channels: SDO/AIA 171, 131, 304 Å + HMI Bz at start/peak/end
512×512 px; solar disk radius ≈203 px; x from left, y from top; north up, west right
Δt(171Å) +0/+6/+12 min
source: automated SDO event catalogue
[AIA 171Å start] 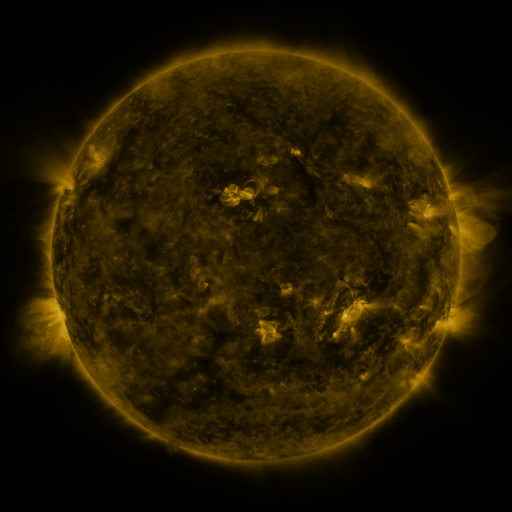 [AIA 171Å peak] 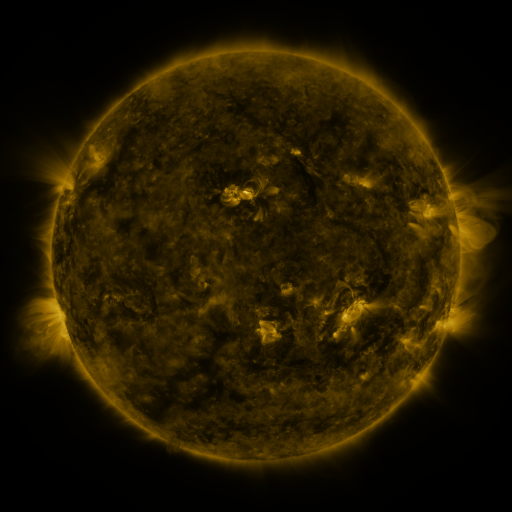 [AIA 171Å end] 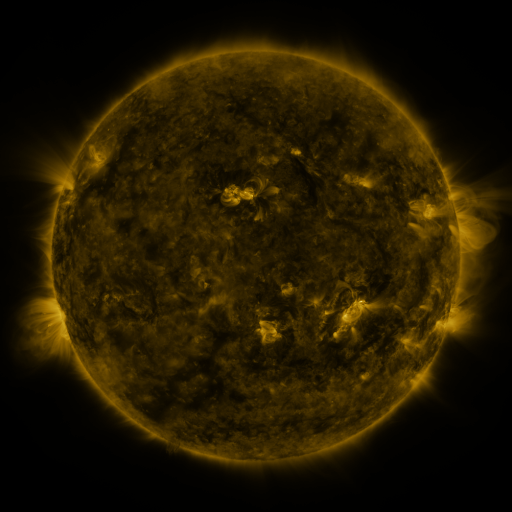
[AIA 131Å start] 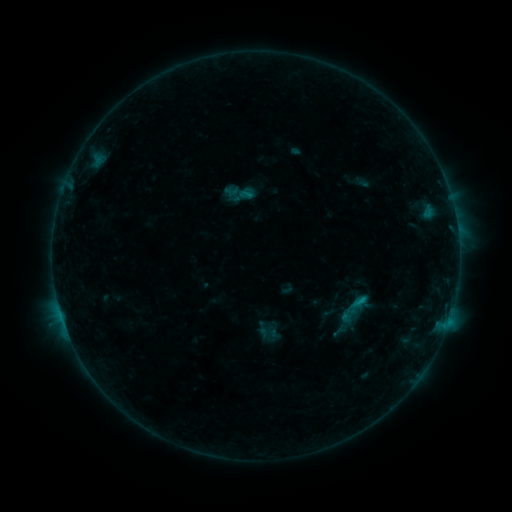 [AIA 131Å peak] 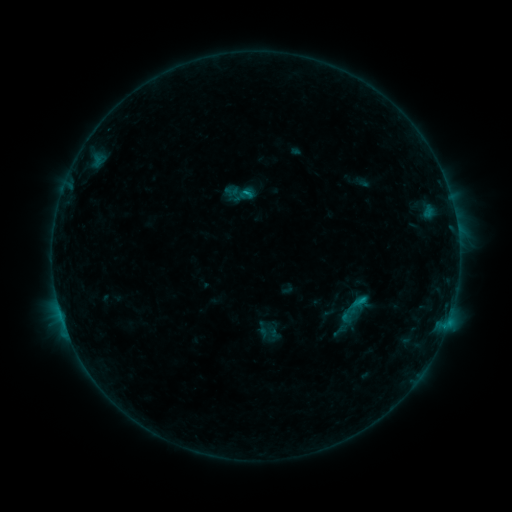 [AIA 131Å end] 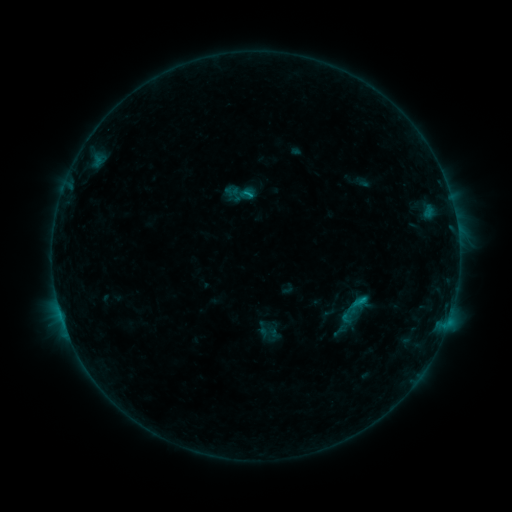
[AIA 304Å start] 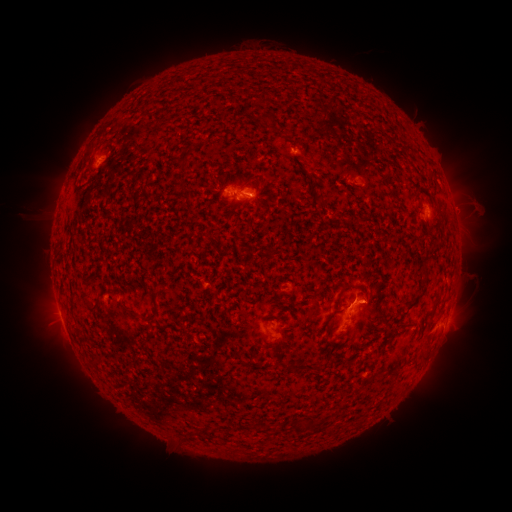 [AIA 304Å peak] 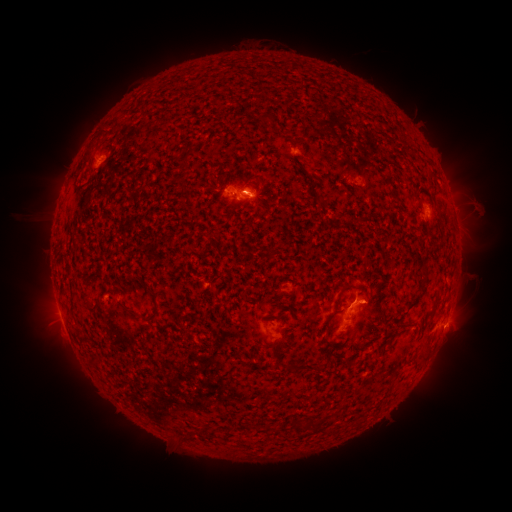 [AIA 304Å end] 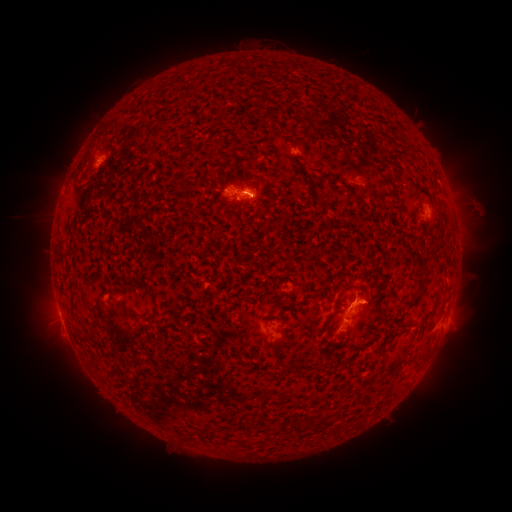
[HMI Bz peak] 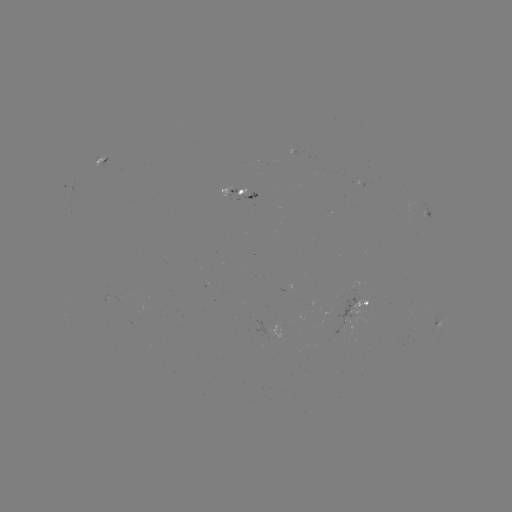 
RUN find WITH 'eruption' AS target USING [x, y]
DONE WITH [457, 327] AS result